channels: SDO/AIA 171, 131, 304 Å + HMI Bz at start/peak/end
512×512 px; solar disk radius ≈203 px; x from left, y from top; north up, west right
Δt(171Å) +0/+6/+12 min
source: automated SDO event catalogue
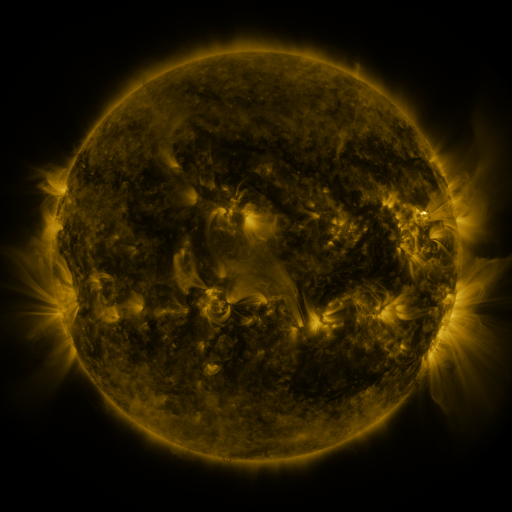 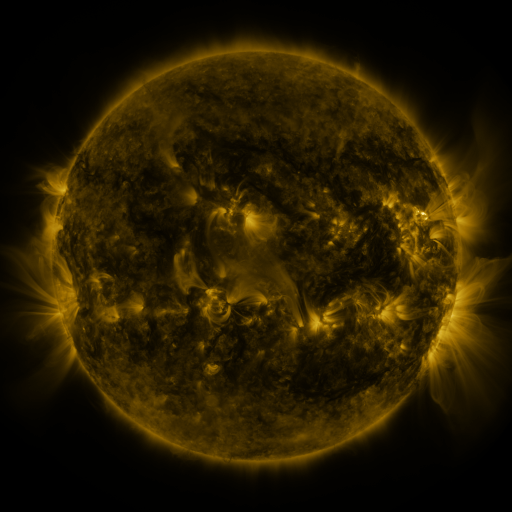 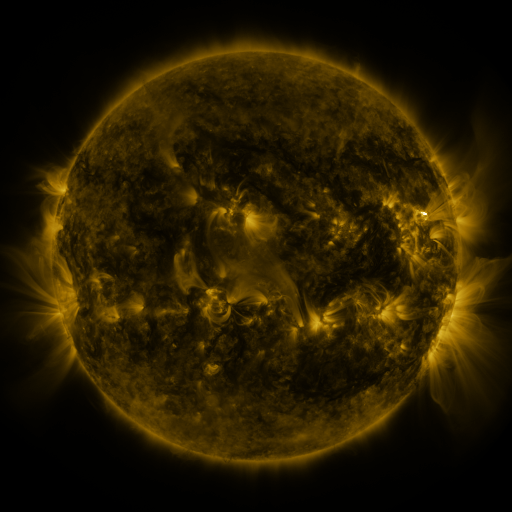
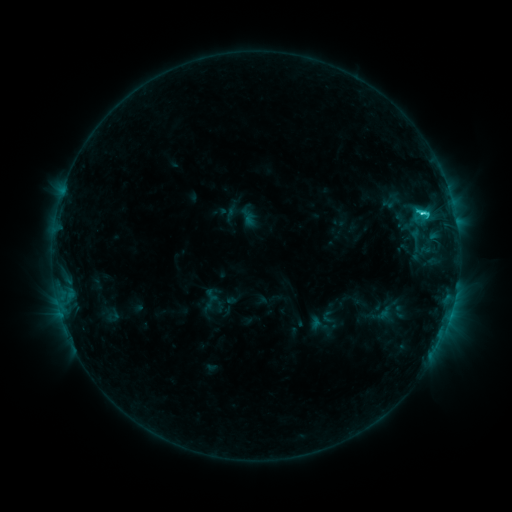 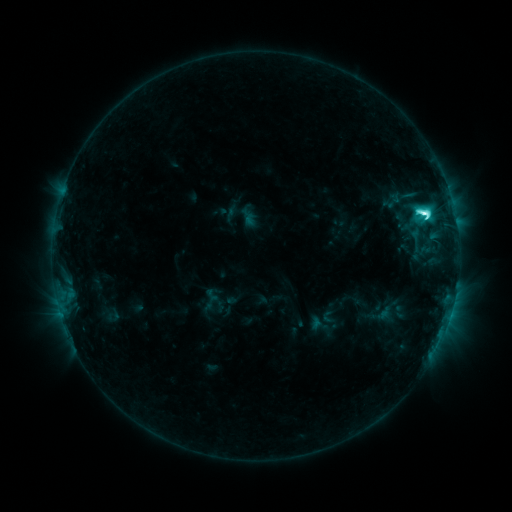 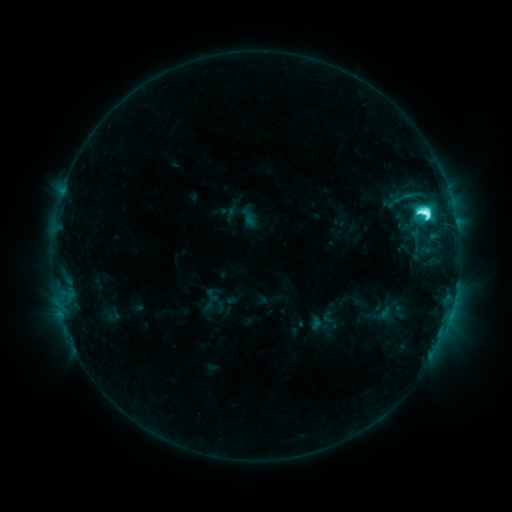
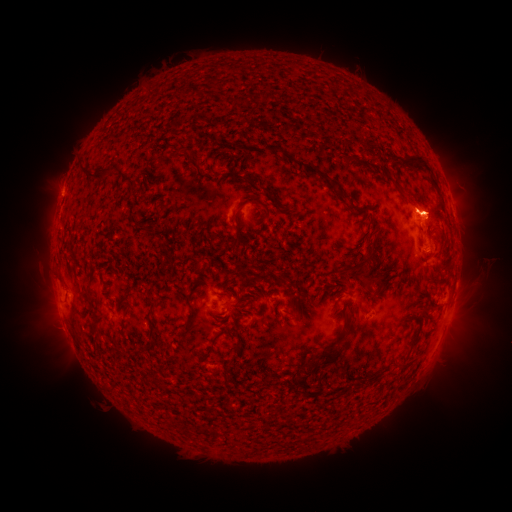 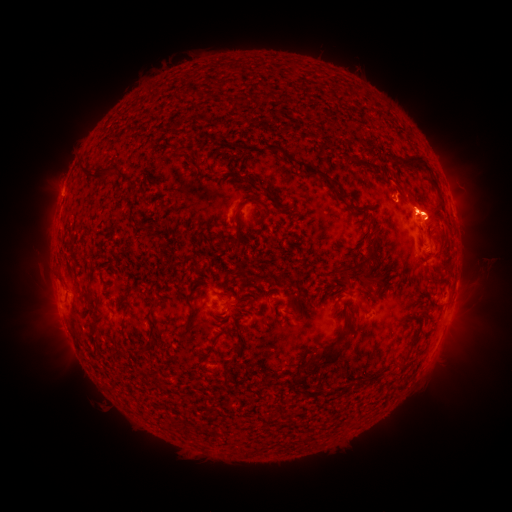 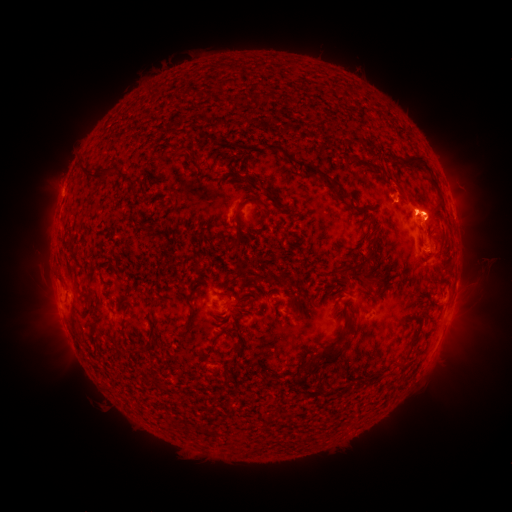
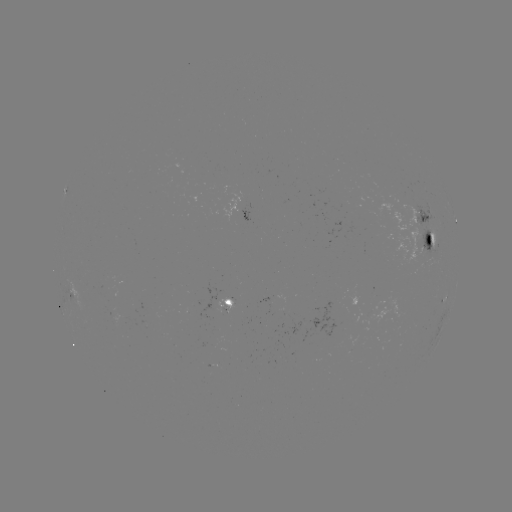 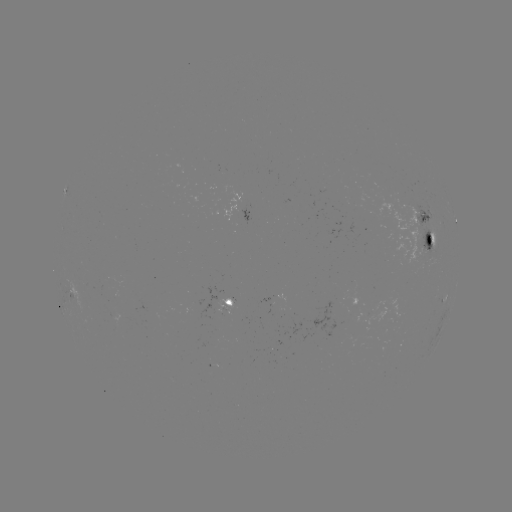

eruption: (23, 266, 75, 349)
